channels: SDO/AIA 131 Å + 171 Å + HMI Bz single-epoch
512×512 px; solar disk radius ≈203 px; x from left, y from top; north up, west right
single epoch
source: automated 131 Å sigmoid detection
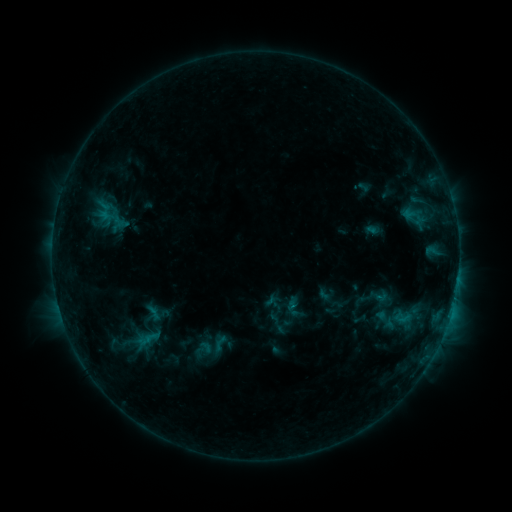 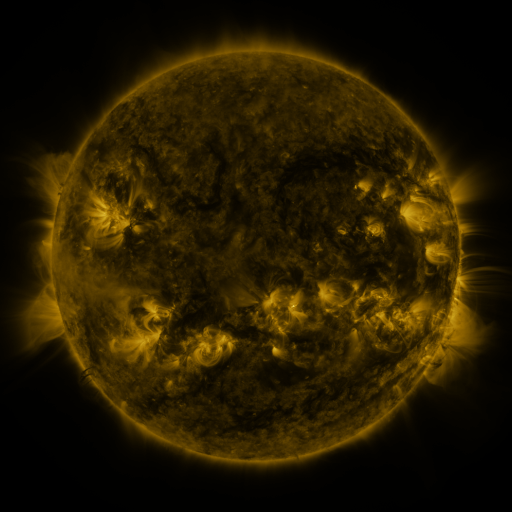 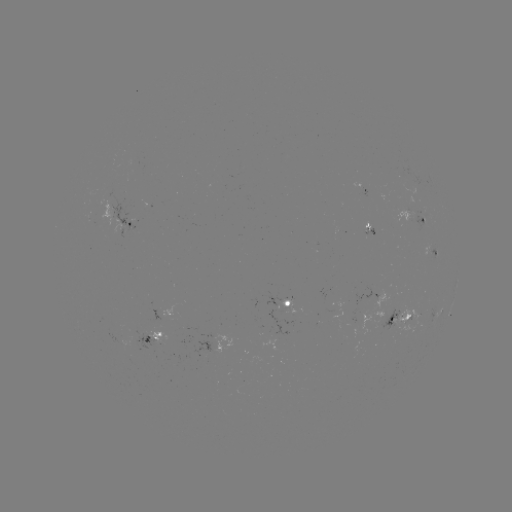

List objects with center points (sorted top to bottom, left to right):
sigmoid: (293, 306)
sigmoid: (153, 313)
